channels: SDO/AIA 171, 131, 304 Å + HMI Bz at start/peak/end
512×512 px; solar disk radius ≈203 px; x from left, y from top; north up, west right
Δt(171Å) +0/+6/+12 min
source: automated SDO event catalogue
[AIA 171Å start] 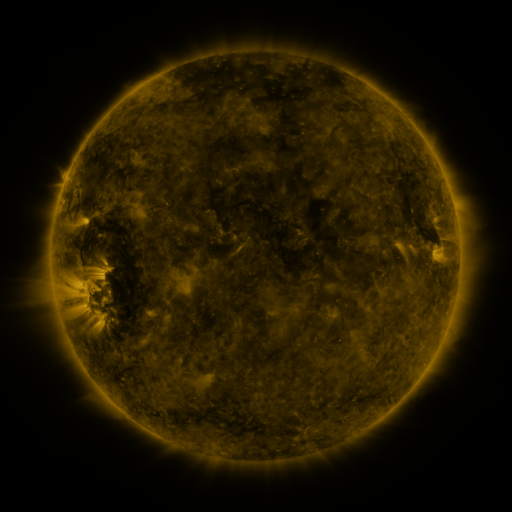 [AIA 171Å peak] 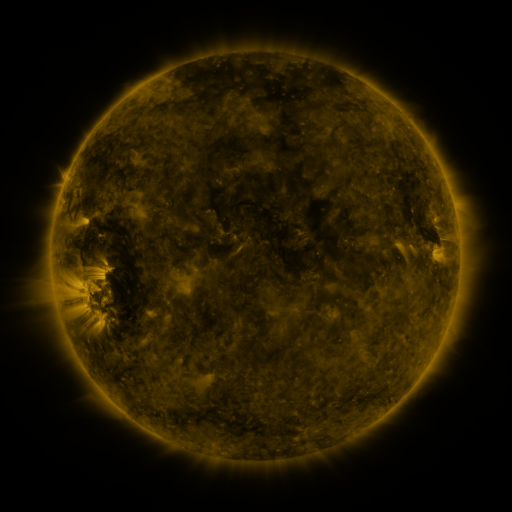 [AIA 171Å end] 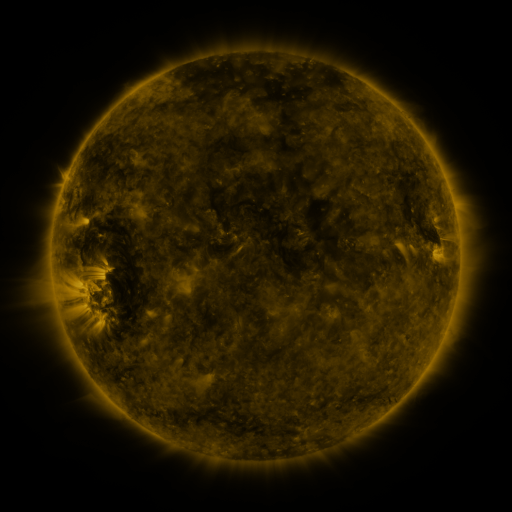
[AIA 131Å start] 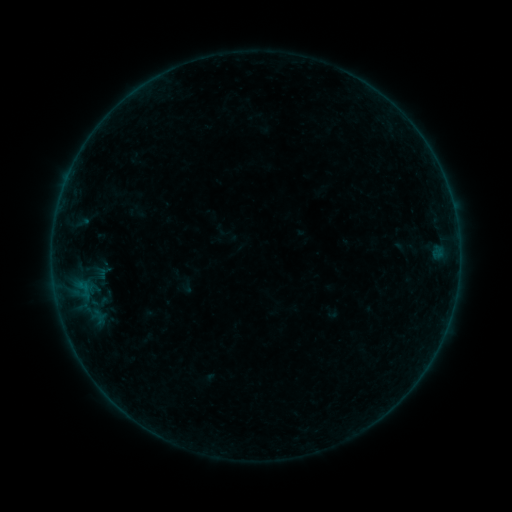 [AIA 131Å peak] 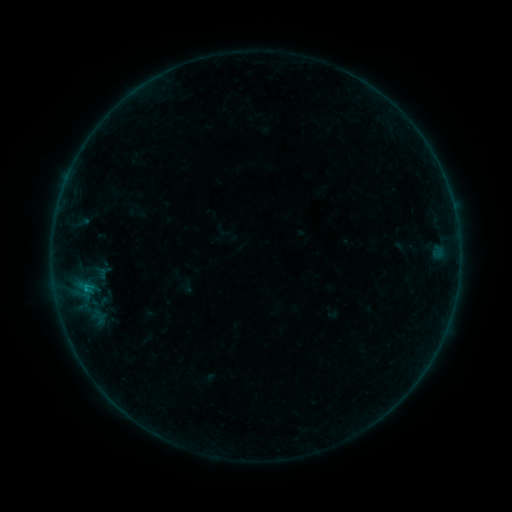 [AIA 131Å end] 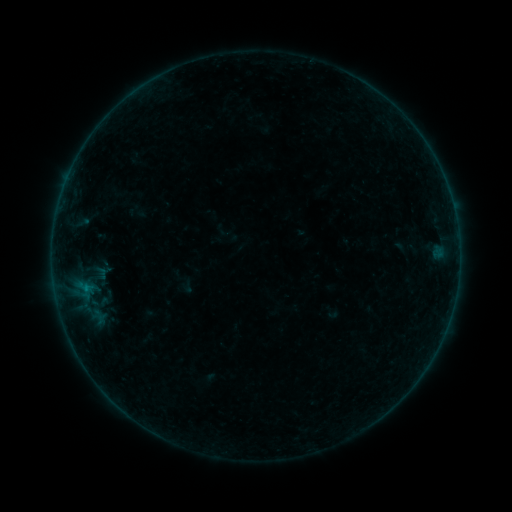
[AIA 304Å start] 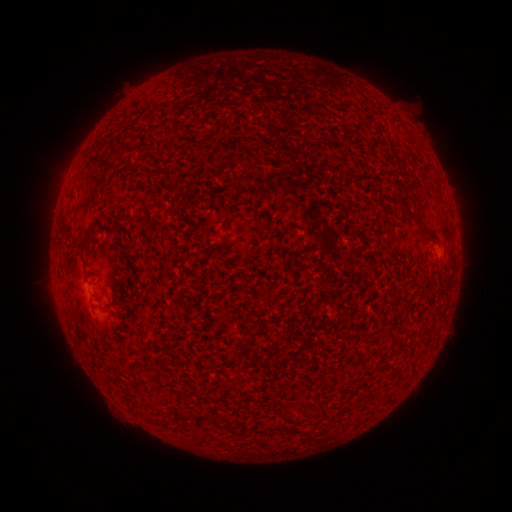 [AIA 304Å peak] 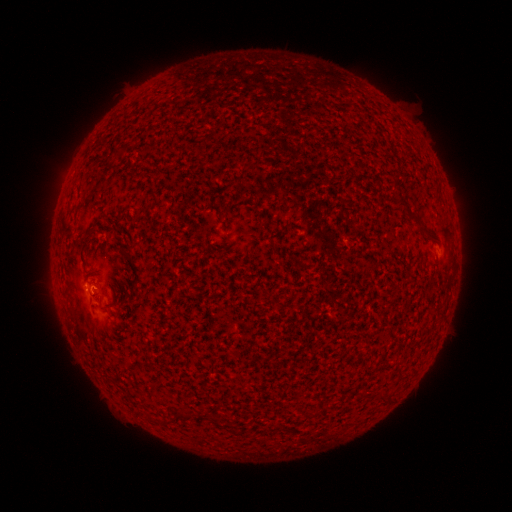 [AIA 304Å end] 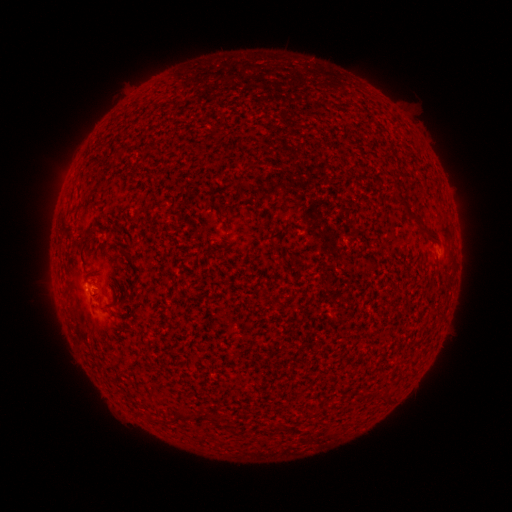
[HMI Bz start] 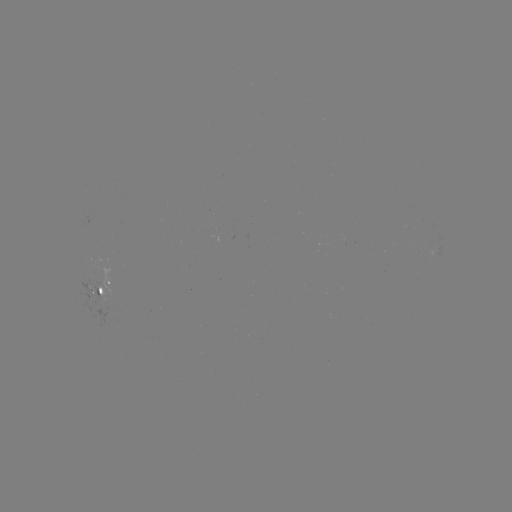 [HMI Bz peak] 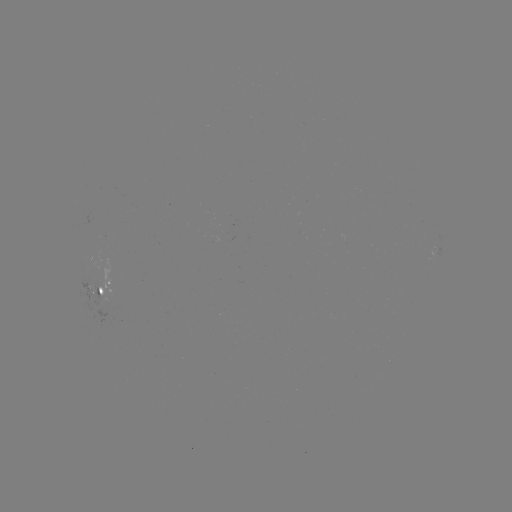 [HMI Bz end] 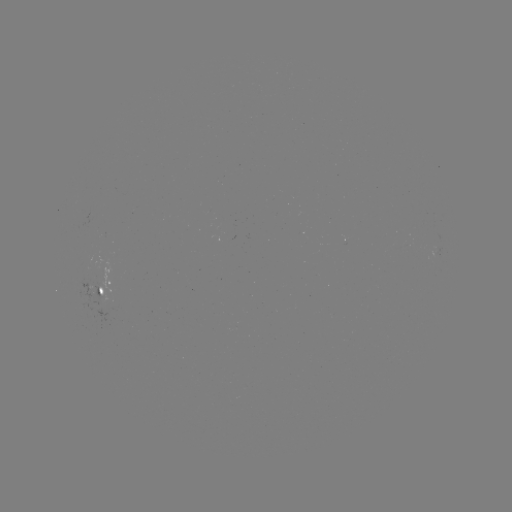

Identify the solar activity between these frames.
B2.3 flare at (88, 288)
